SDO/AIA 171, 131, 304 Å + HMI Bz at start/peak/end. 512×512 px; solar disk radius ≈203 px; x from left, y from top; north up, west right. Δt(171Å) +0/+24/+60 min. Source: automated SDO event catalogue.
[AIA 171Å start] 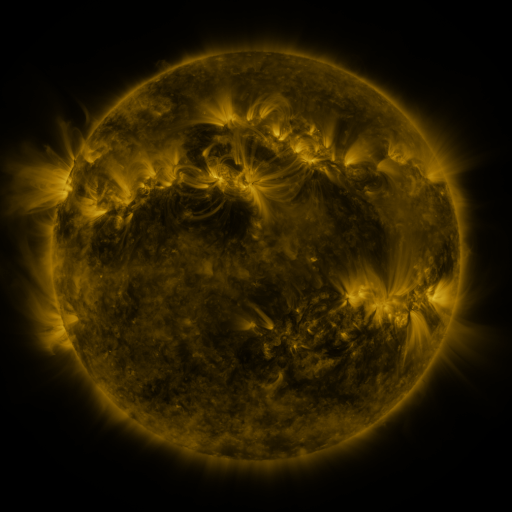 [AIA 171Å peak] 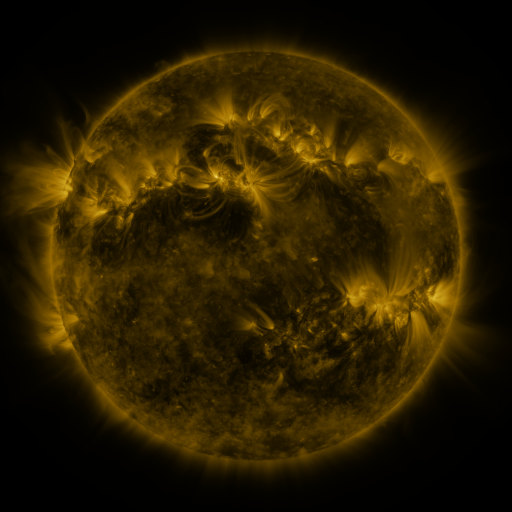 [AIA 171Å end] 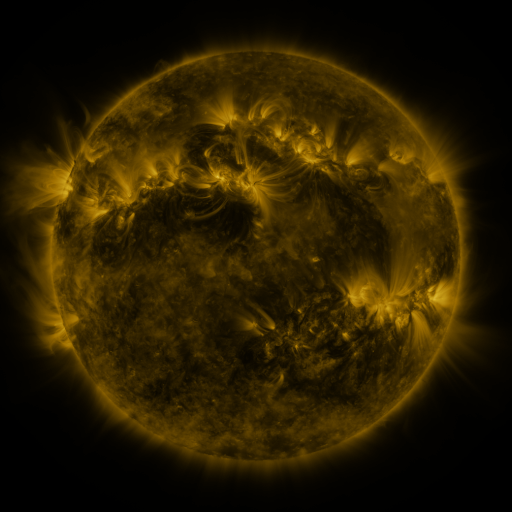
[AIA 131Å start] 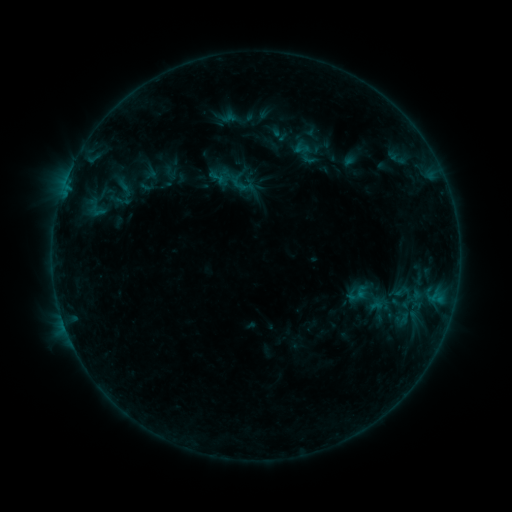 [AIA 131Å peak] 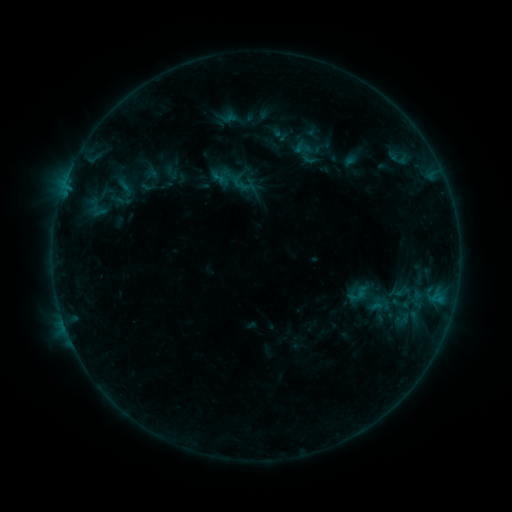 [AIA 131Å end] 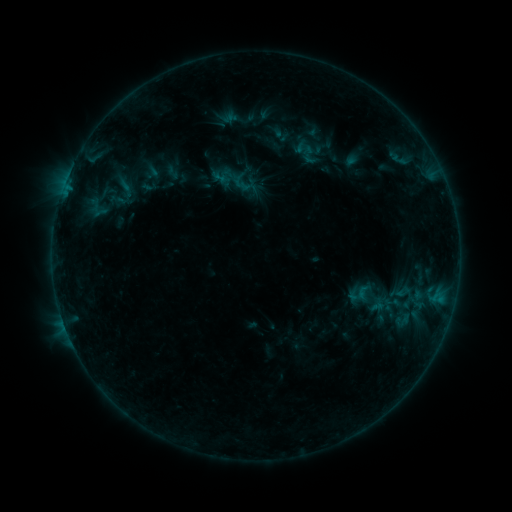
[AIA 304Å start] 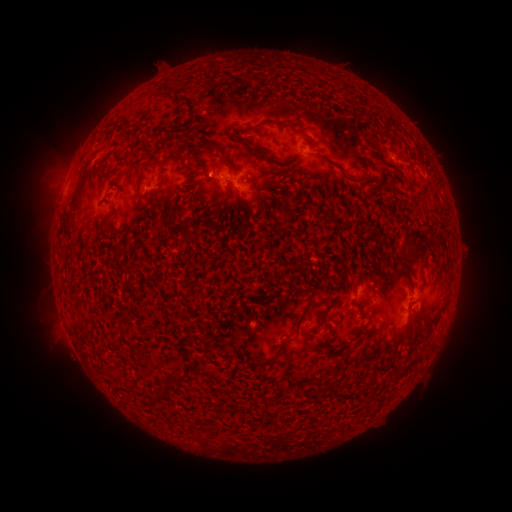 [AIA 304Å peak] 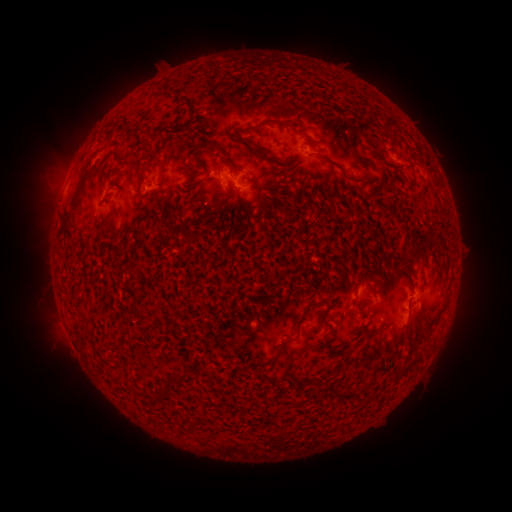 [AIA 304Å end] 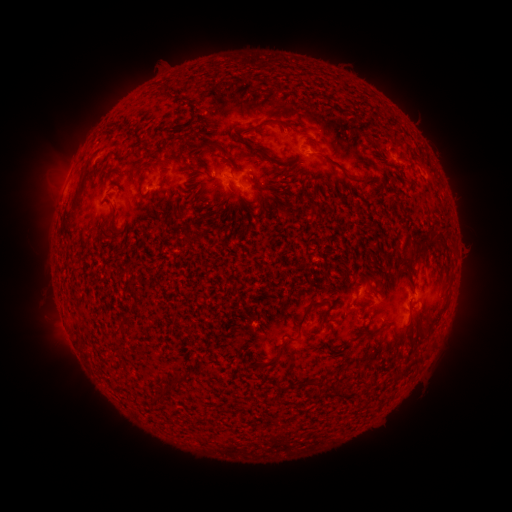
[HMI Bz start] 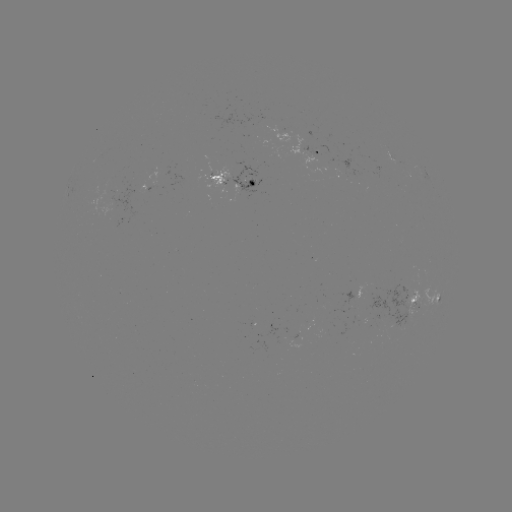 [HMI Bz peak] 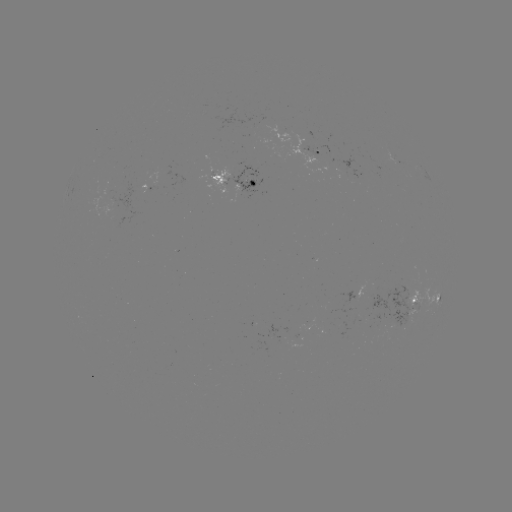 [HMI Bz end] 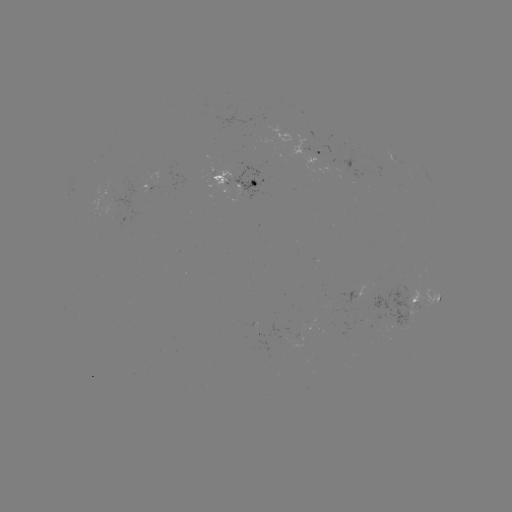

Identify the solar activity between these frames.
emerging-flux region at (413, 303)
